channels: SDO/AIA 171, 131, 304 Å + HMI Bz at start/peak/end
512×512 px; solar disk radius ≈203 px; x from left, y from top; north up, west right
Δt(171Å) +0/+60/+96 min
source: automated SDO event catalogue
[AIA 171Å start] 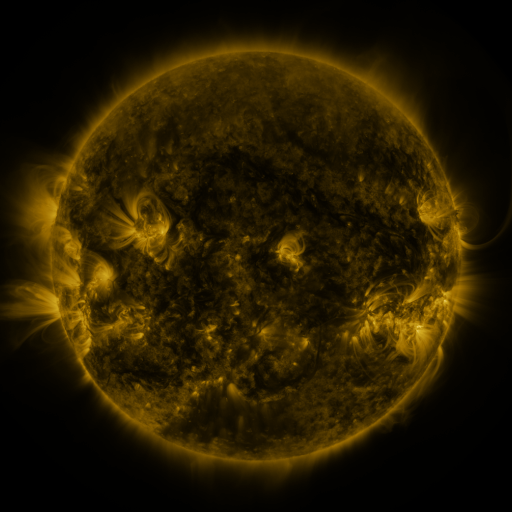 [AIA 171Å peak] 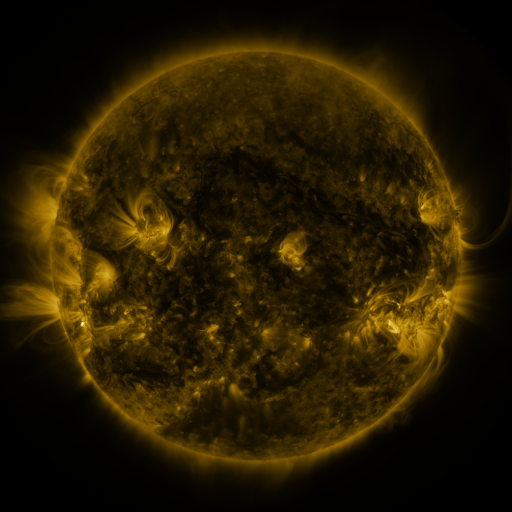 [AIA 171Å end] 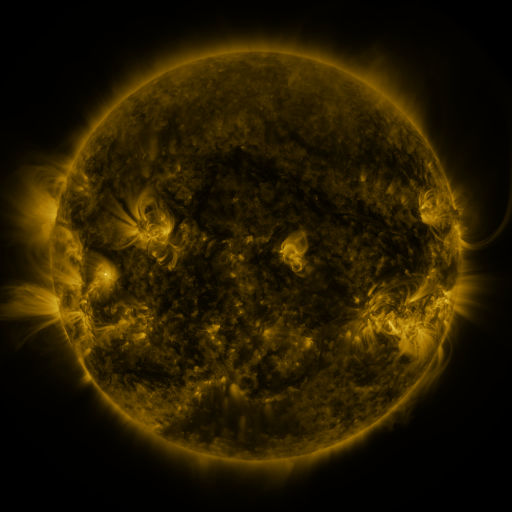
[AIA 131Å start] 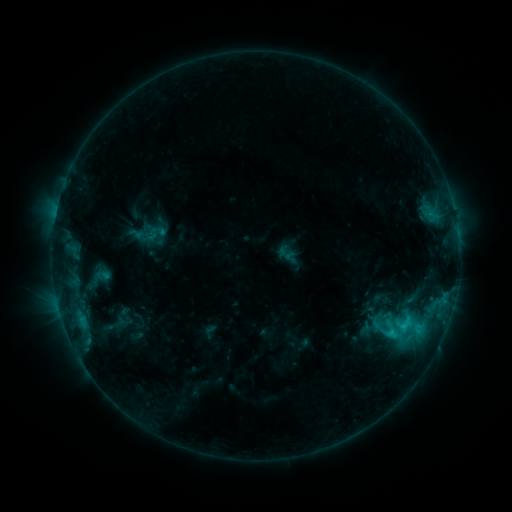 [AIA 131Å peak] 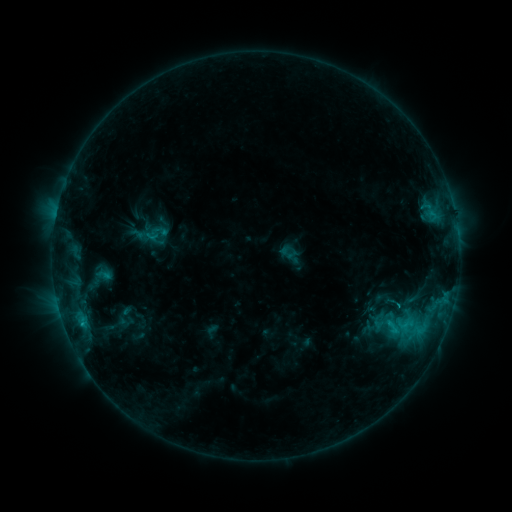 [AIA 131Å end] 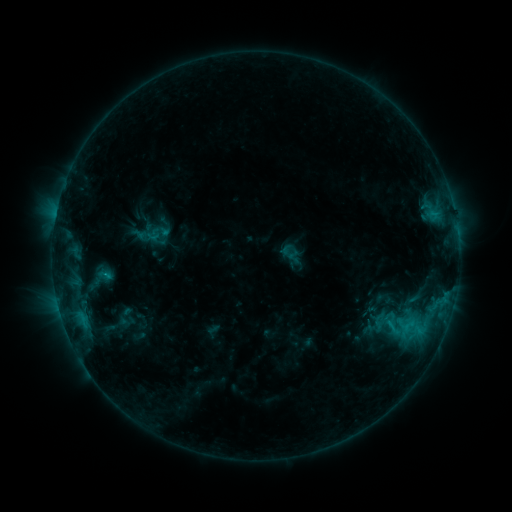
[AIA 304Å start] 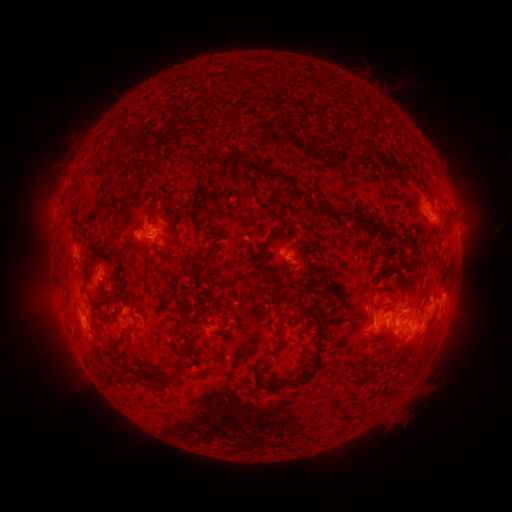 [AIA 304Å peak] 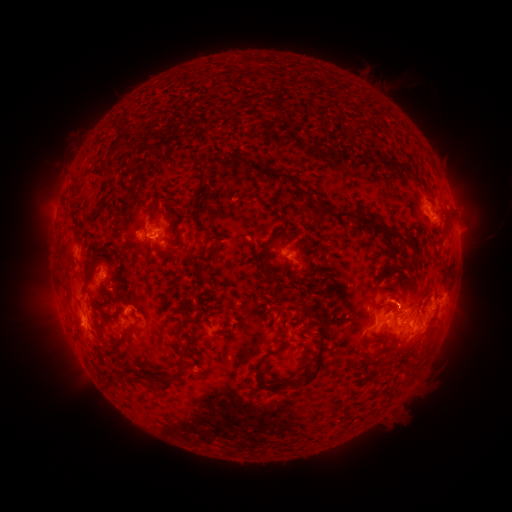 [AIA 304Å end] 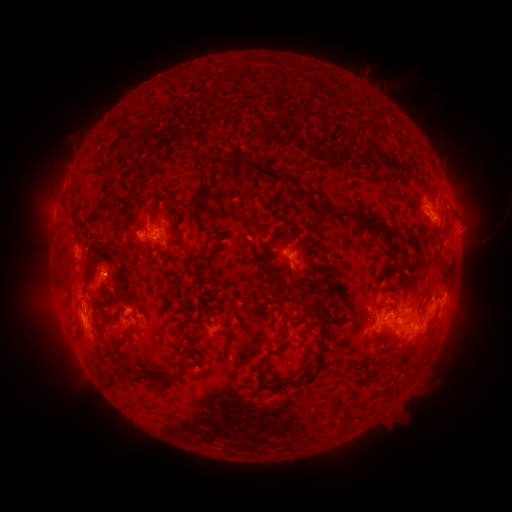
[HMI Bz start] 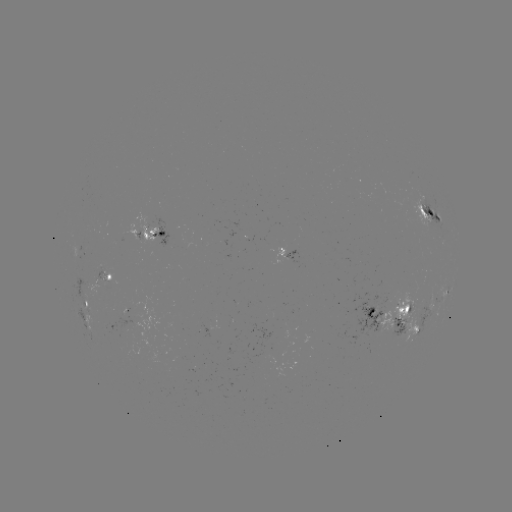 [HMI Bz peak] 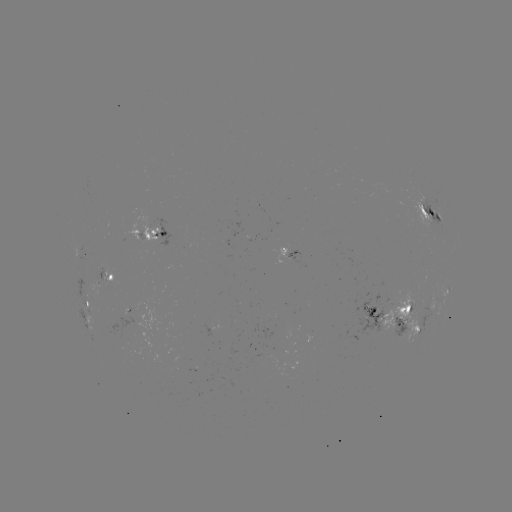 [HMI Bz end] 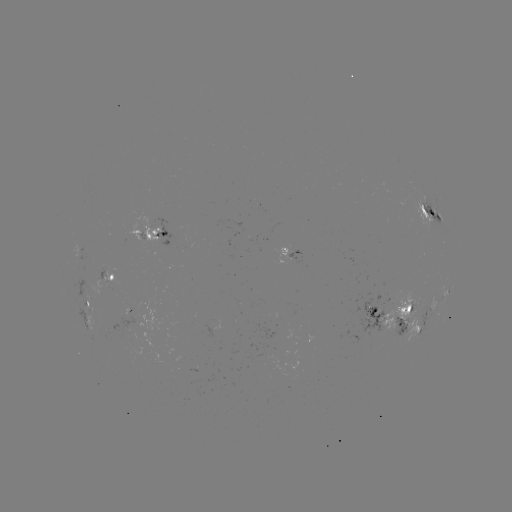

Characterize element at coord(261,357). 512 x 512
emerging-flux region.